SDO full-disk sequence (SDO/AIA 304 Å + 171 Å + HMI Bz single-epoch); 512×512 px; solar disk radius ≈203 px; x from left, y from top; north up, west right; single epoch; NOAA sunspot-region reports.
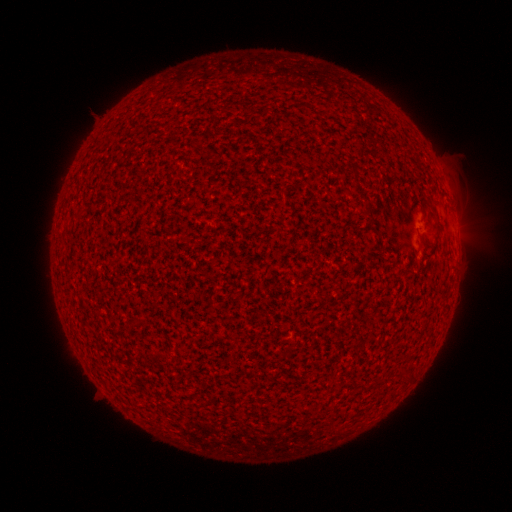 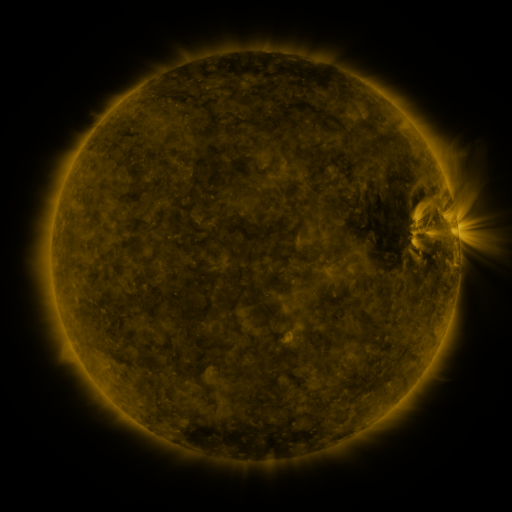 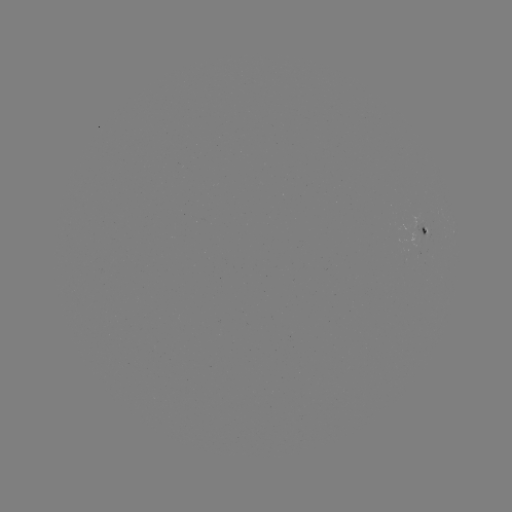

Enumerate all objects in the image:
spotted active region: (426, 233)
